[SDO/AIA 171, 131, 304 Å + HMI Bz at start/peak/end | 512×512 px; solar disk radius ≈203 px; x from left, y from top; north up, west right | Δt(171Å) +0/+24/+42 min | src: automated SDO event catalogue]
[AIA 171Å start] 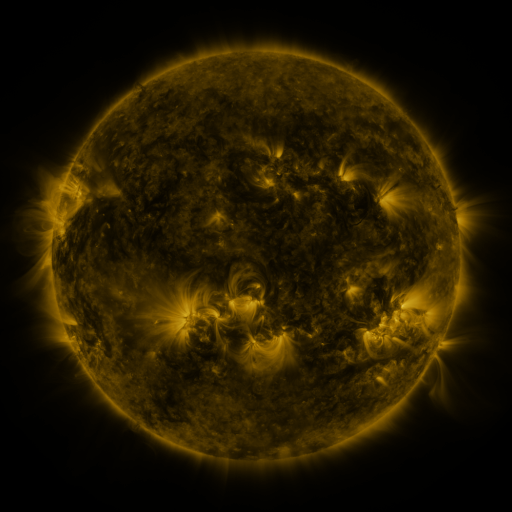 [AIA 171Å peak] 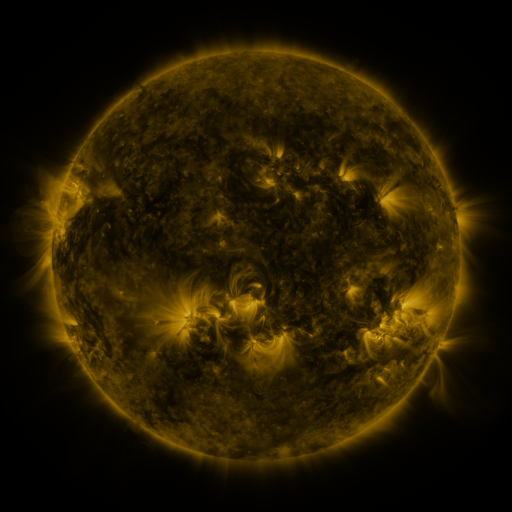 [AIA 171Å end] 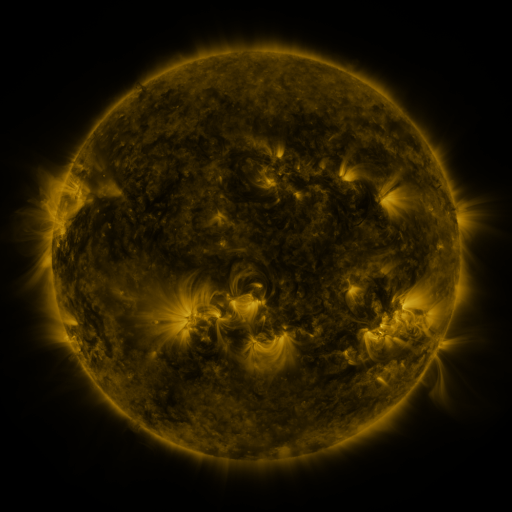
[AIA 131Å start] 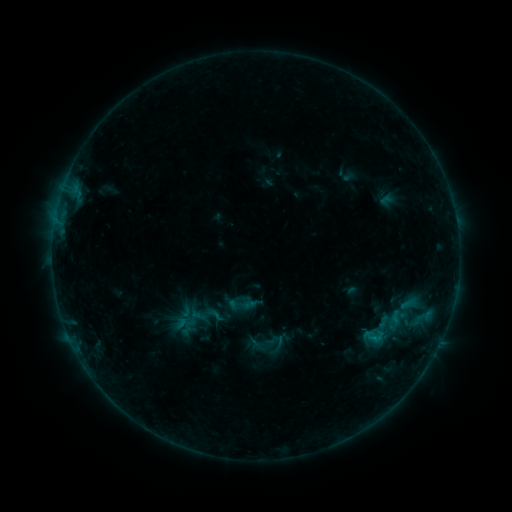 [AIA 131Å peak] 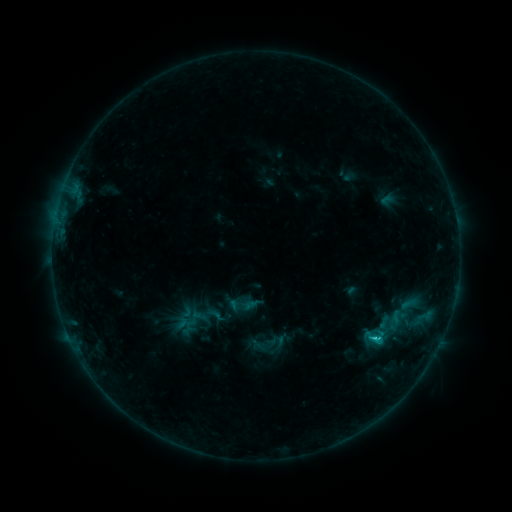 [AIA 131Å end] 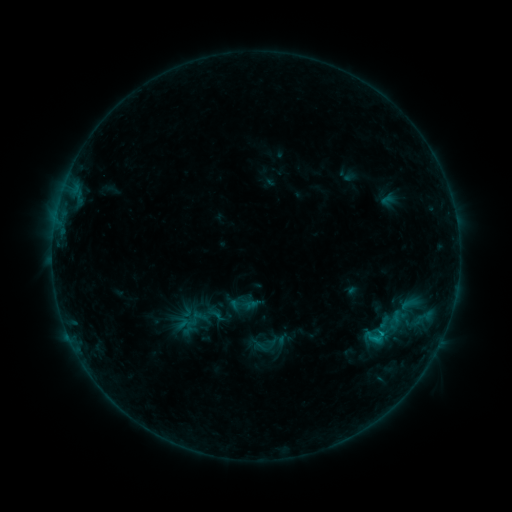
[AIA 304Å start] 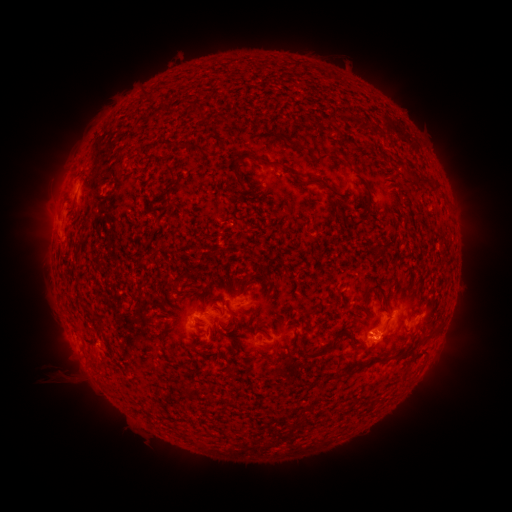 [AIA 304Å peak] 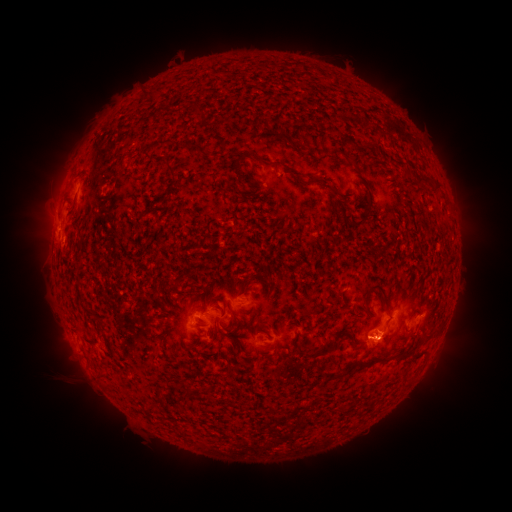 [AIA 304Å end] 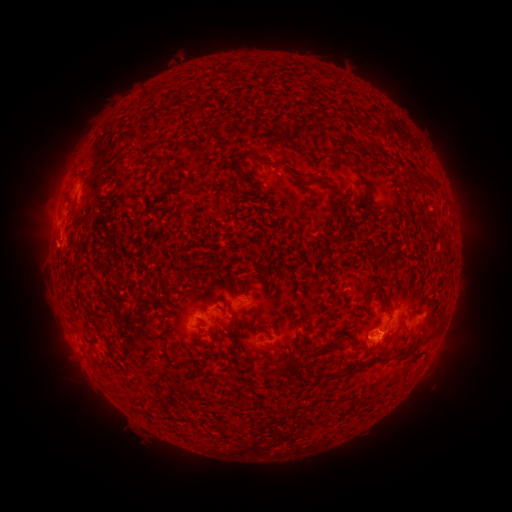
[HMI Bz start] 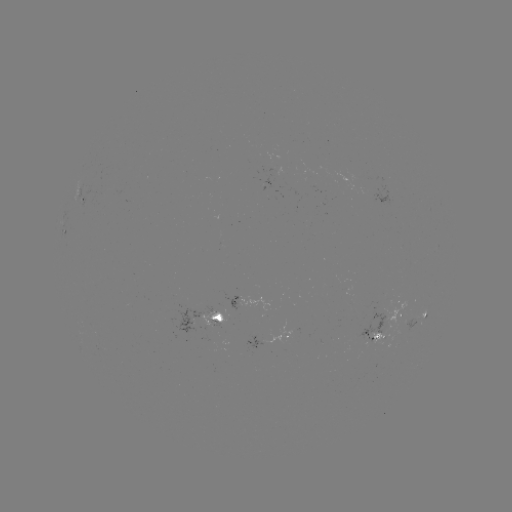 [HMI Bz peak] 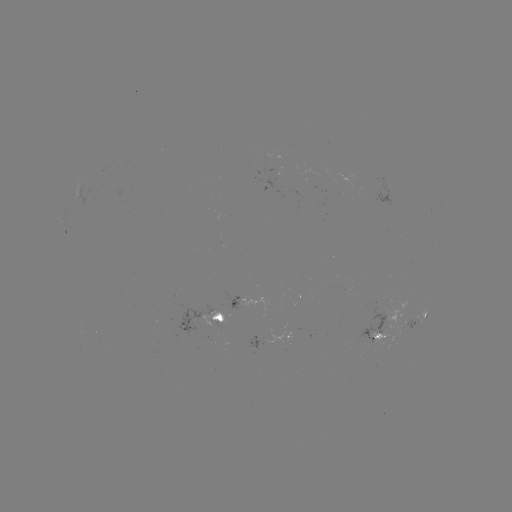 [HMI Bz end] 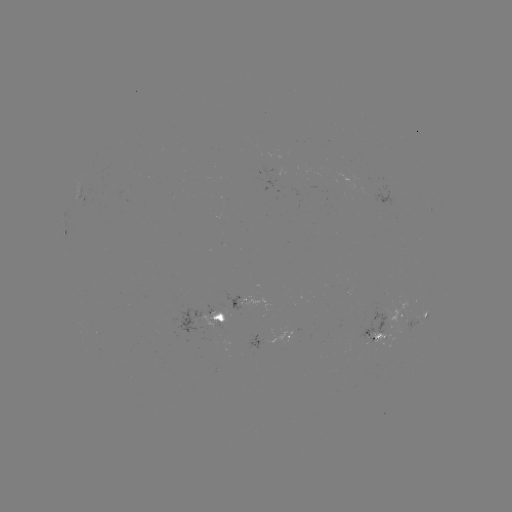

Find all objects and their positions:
C1.0 flare: (373, 335)
